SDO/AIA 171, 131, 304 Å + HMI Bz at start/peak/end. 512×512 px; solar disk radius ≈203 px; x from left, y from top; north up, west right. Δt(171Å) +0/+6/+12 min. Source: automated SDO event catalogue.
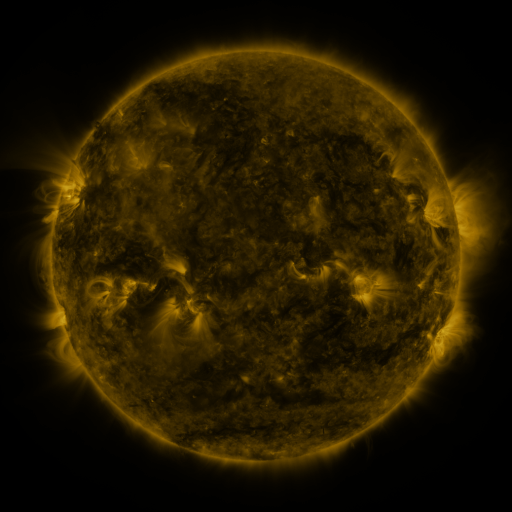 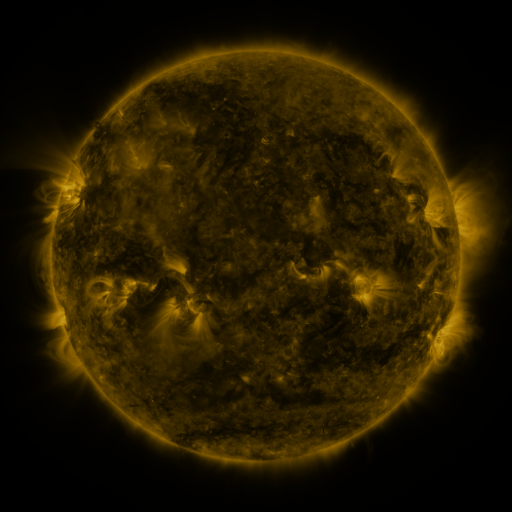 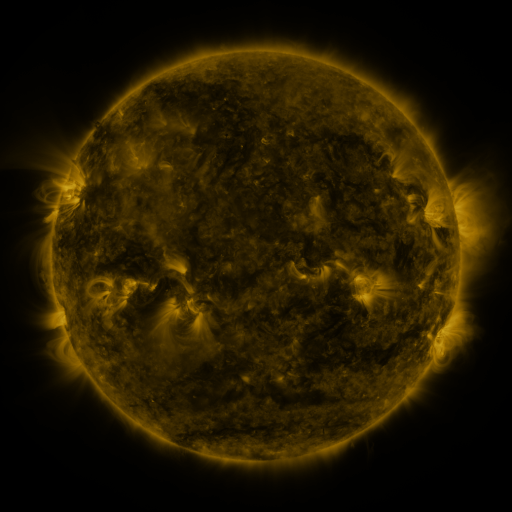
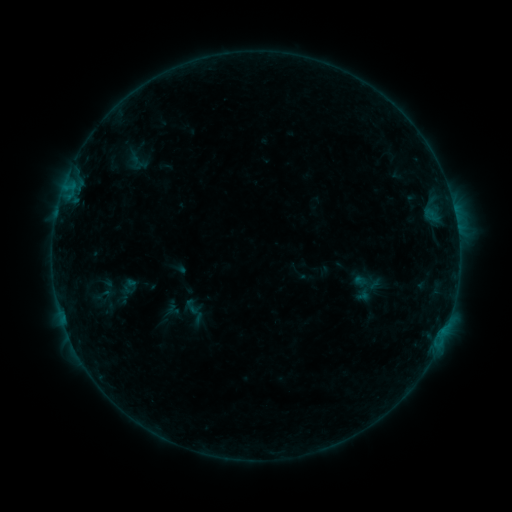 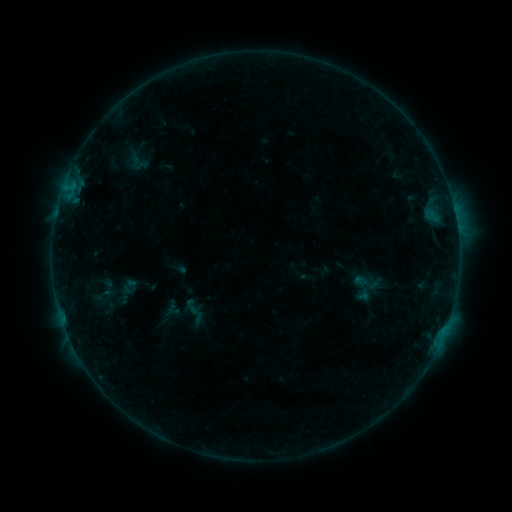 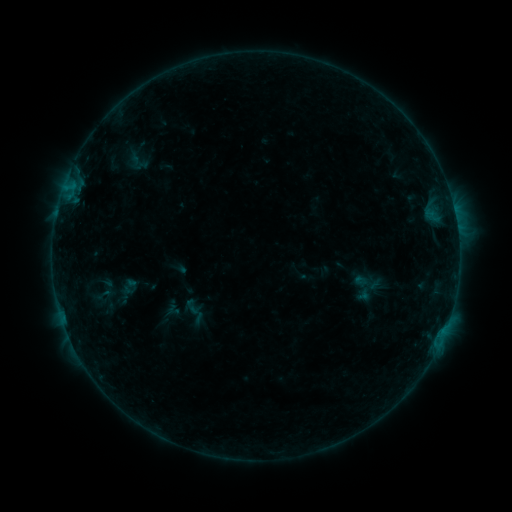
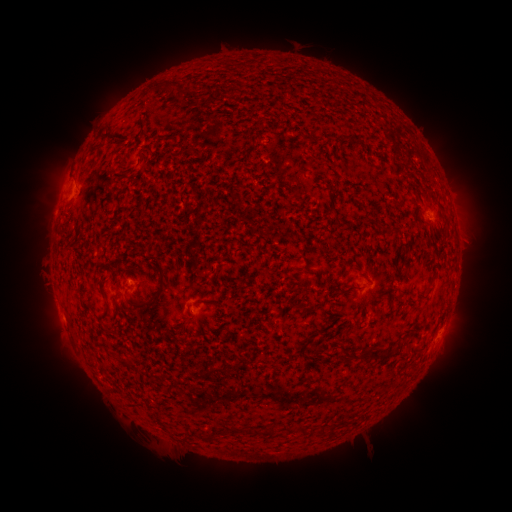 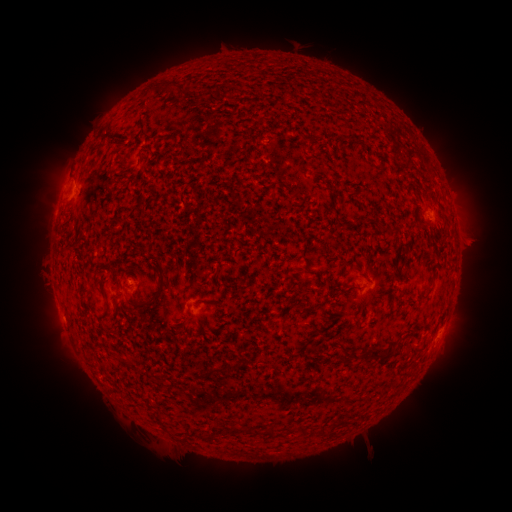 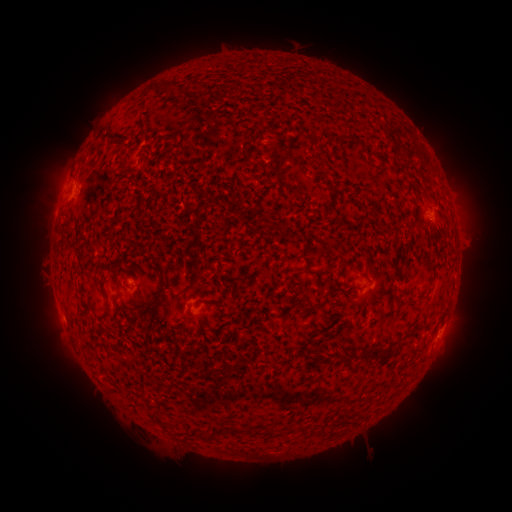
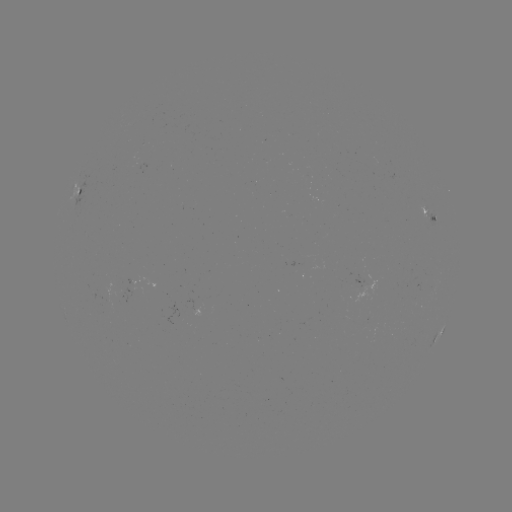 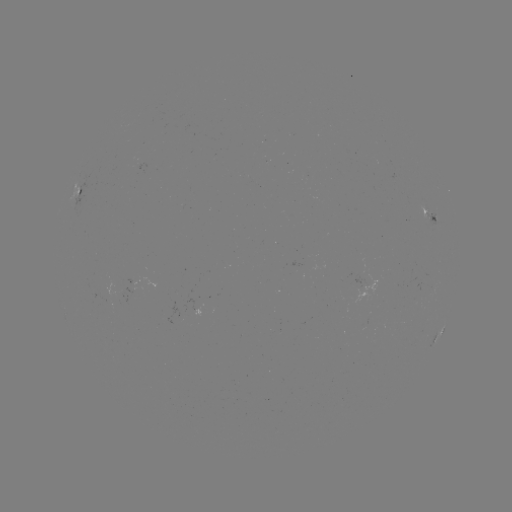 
no classed flare was catalogued and no EUV brightening was flagged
